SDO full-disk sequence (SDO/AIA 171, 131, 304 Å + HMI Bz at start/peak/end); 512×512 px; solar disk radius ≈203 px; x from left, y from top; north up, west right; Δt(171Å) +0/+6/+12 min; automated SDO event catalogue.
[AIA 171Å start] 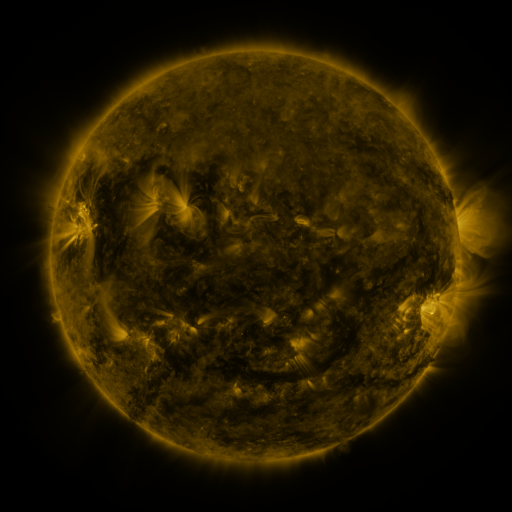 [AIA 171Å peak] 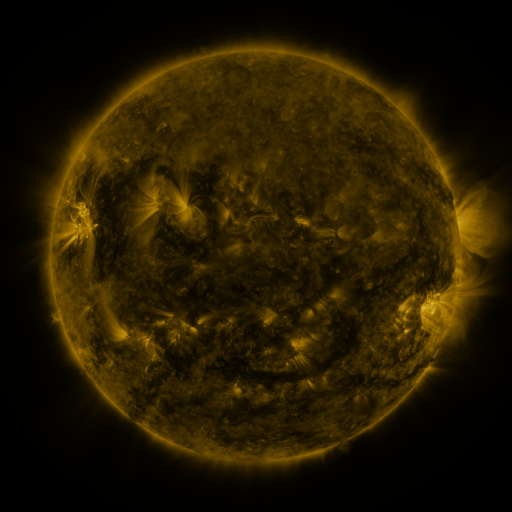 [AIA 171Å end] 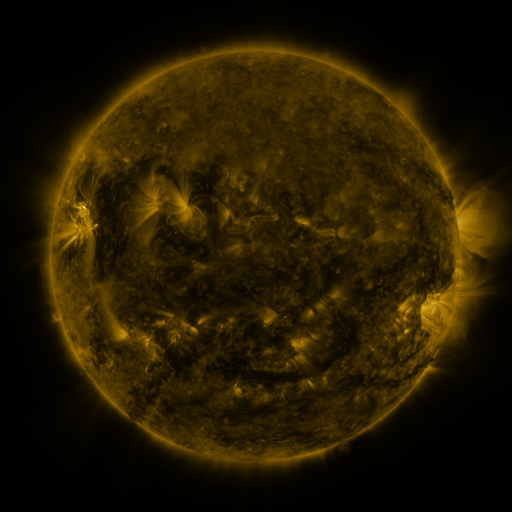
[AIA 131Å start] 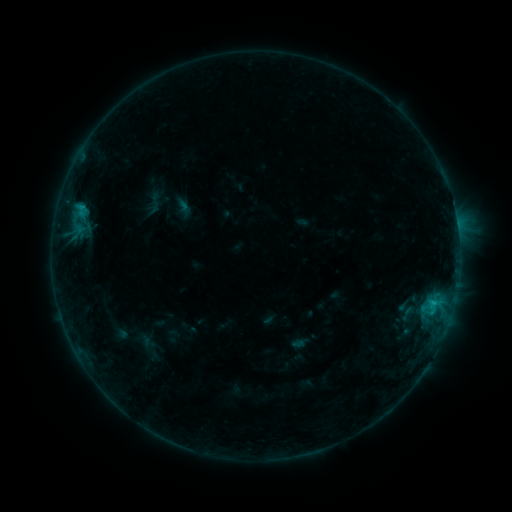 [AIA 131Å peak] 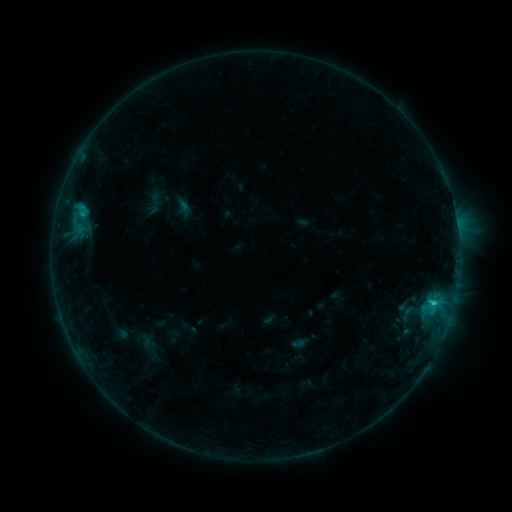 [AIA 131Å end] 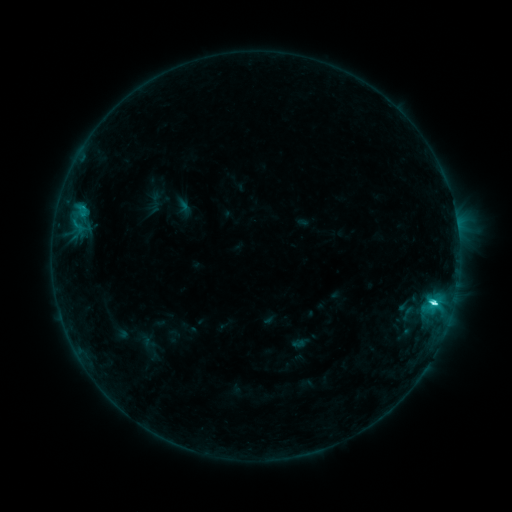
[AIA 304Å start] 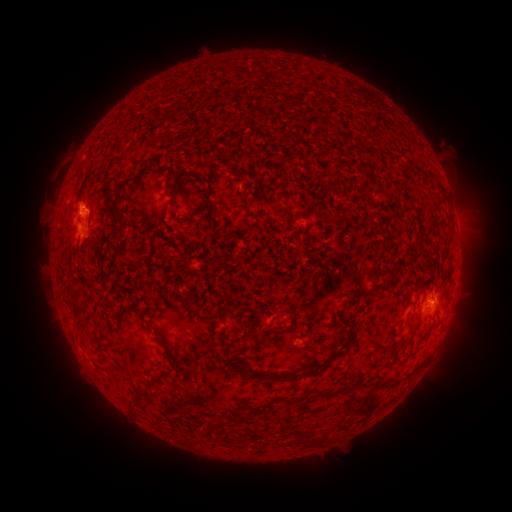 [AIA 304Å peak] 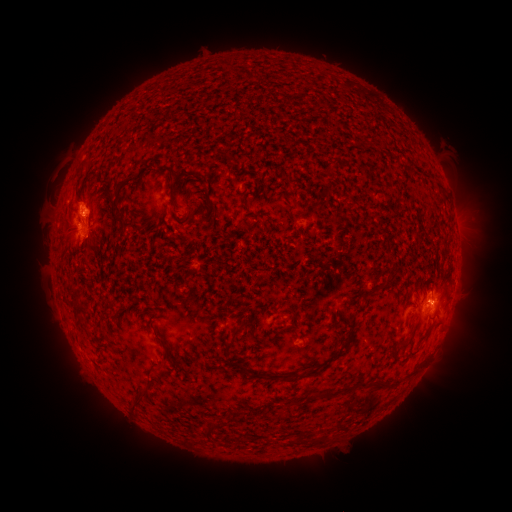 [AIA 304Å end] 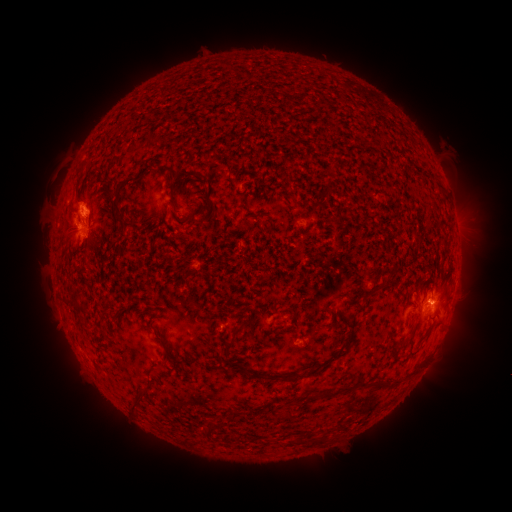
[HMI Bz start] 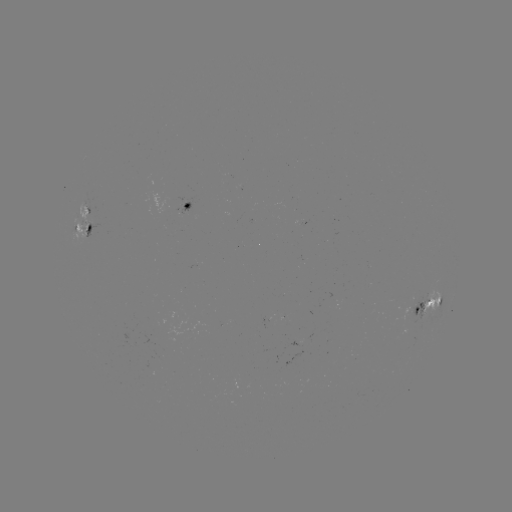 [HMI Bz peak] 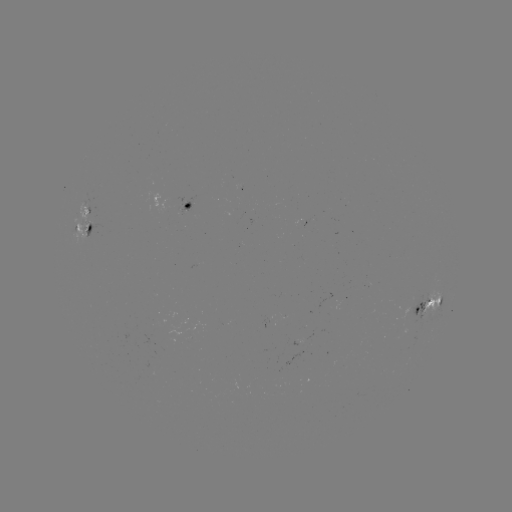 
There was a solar flare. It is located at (433, 300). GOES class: C3.7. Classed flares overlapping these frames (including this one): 1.